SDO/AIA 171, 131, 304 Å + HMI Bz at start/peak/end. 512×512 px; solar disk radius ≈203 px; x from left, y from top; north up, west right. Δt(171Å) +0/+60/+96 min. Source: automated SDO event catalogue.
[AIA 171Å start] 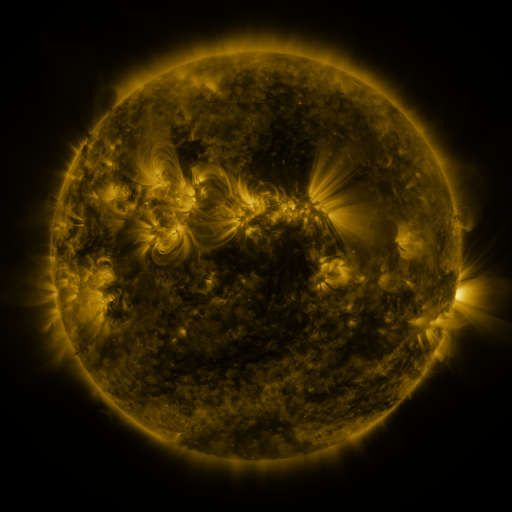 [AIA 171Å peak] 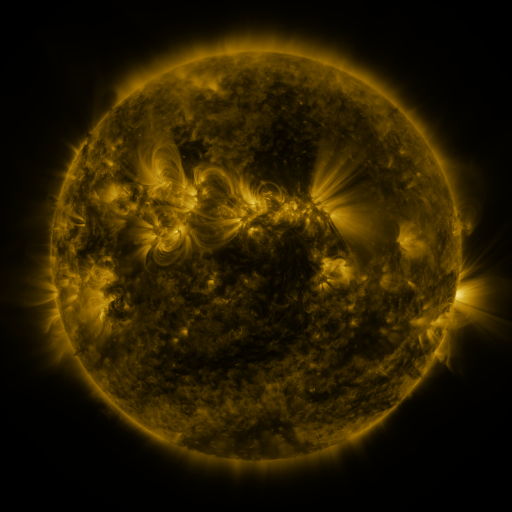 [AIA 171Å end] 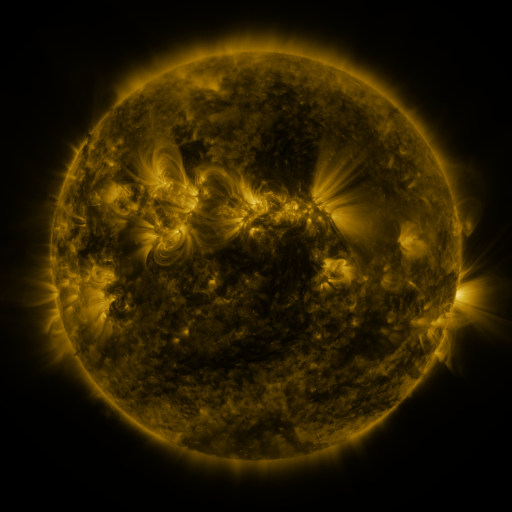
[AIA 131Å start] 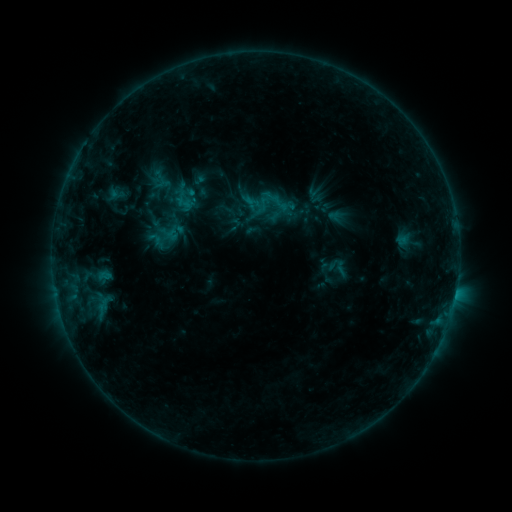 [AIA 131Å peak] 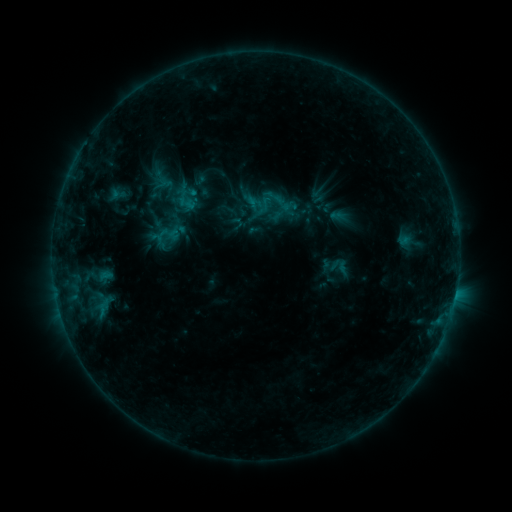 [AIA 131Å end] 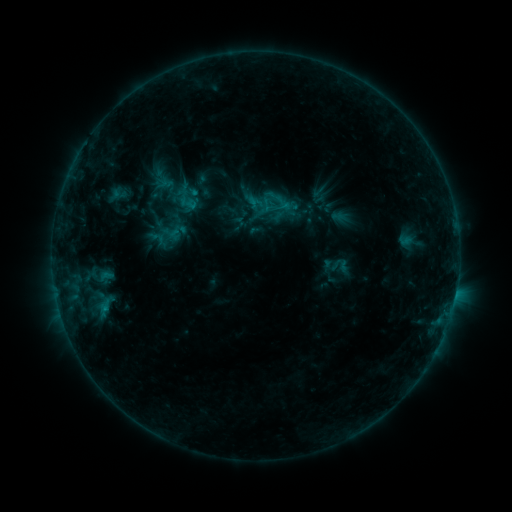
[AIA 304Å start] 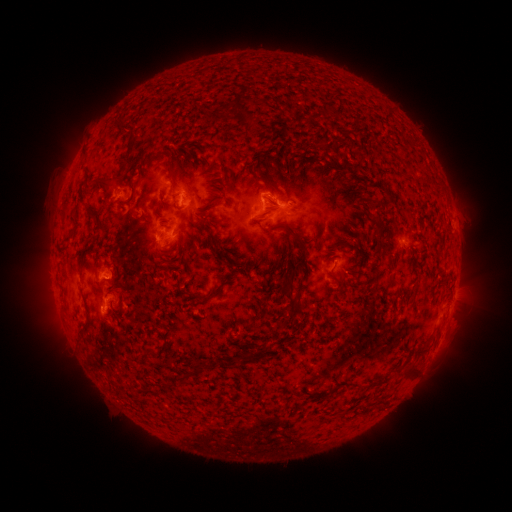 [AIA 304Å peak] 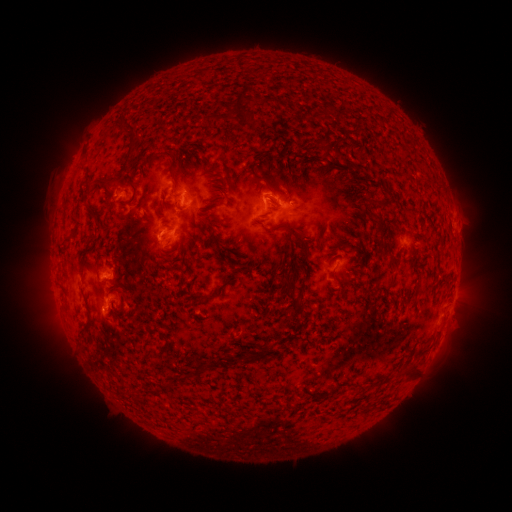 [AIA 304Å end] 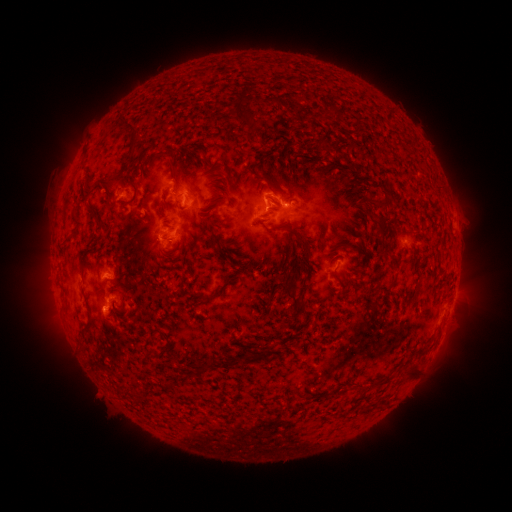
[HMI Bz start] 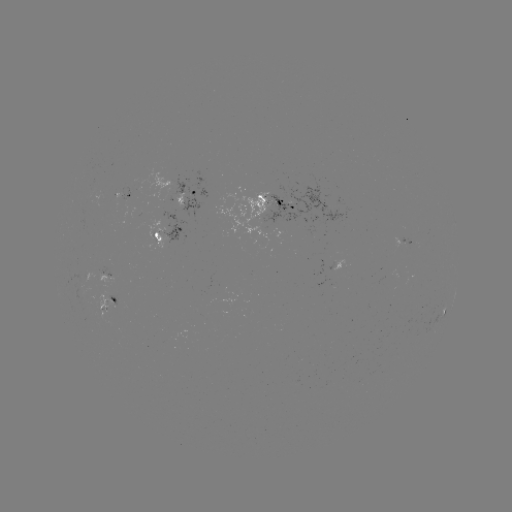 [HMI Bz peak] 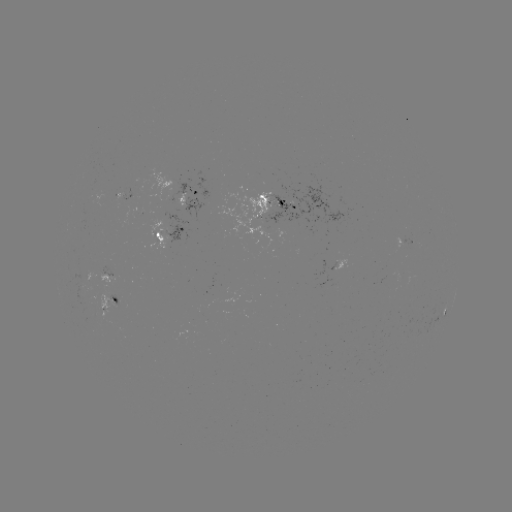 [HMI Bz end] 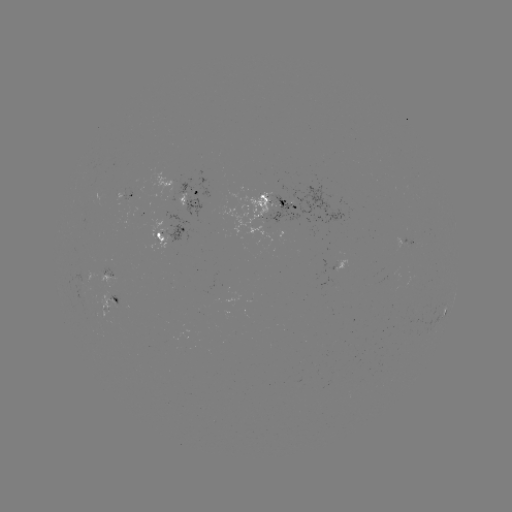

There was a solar emerging-flux region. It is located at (269, 196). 